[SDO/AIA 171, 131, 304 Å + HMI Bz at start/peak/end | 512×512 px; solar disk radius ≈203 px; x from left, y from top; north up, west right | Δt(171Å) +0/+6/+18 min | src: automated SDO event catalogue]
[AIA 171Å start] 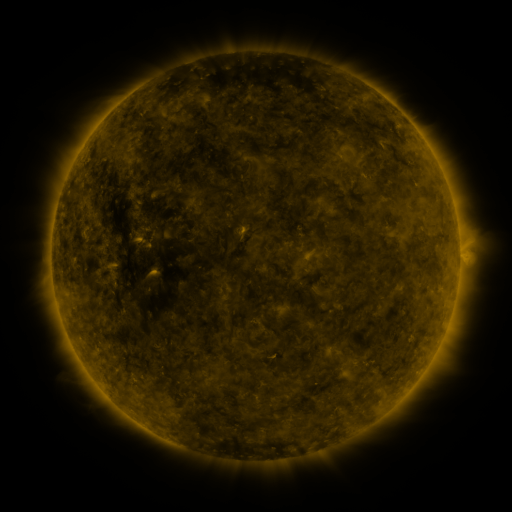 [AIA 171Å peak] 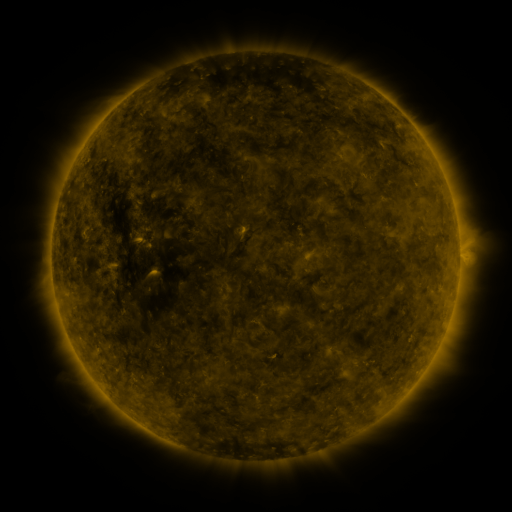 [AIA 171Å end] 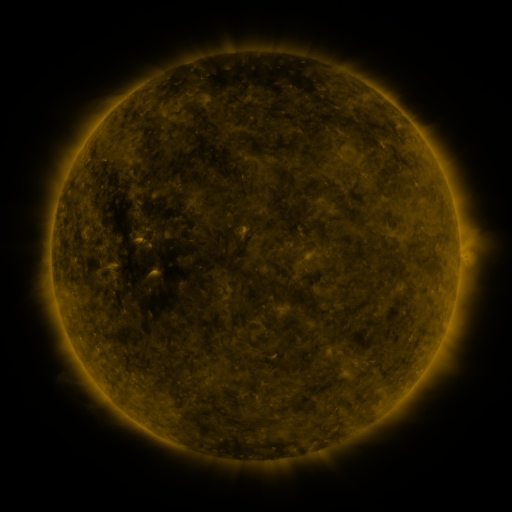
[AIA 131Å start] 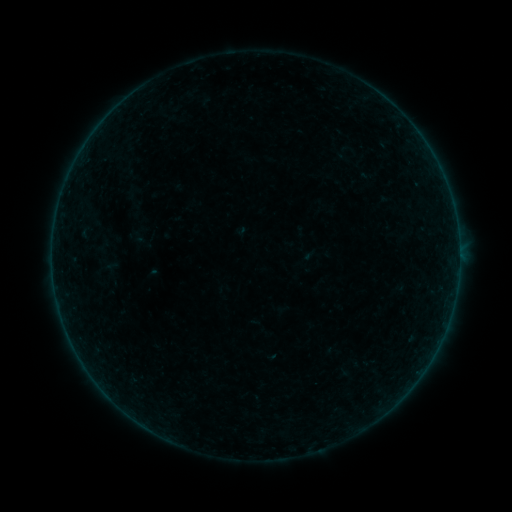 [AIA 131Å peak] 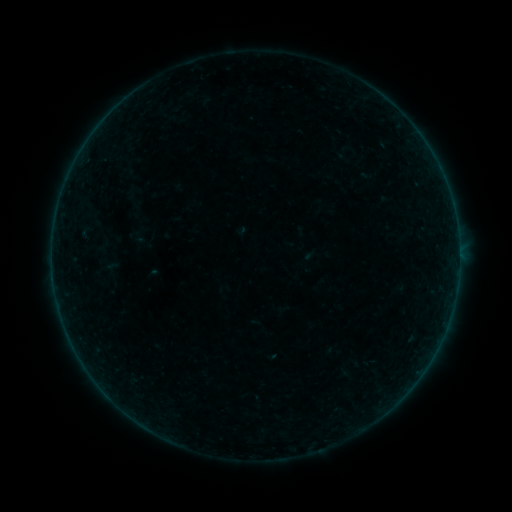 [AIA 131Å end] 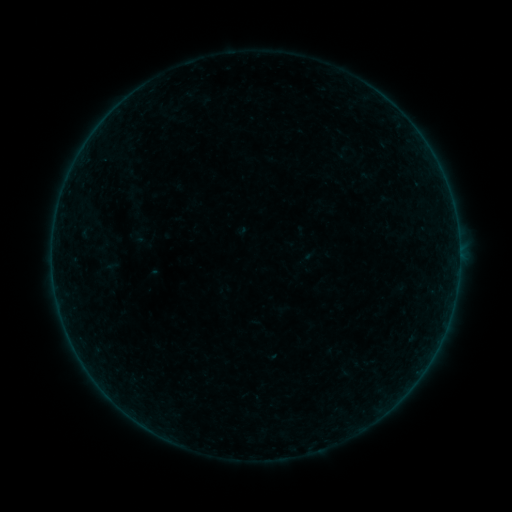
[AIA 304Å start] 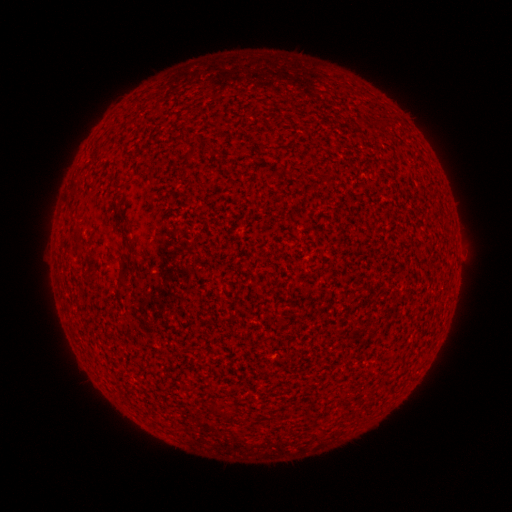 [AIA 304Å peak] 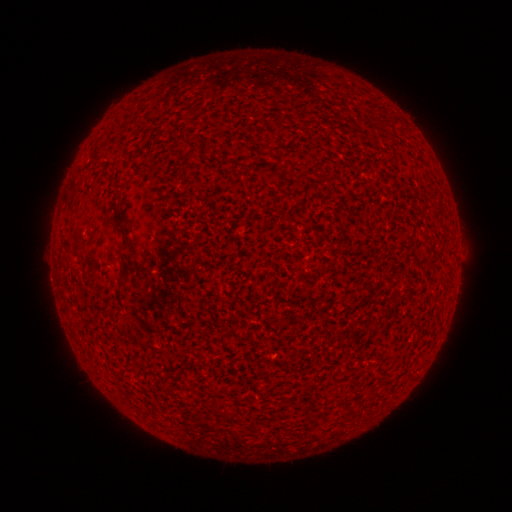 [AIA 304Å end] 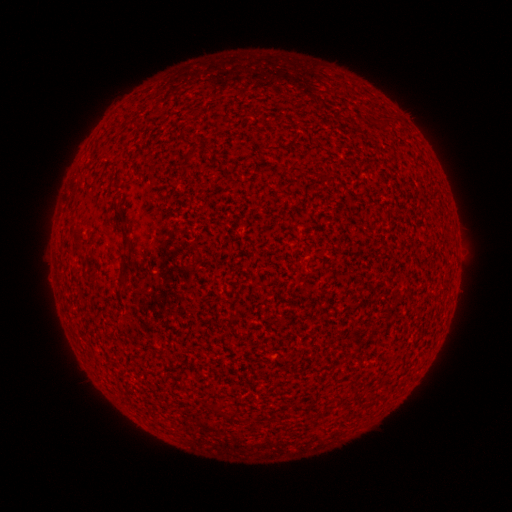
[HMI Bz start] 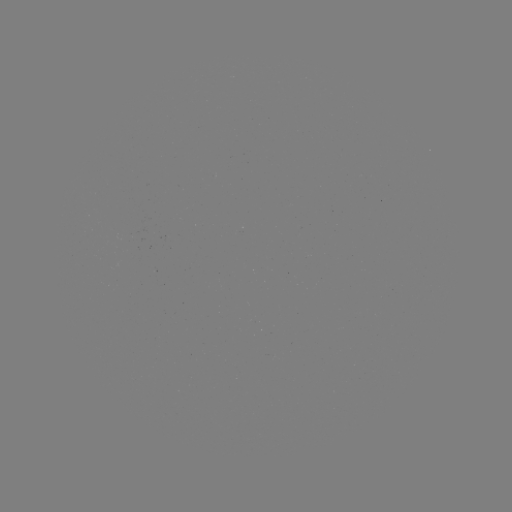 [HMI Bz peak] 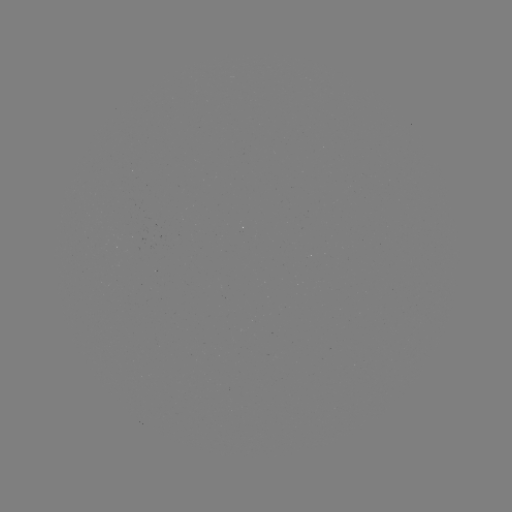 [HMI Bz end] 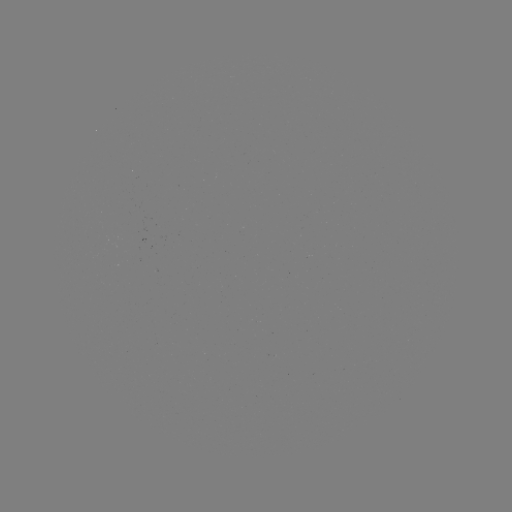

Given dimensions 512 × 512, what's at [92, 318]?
A7.2 flare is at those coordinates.